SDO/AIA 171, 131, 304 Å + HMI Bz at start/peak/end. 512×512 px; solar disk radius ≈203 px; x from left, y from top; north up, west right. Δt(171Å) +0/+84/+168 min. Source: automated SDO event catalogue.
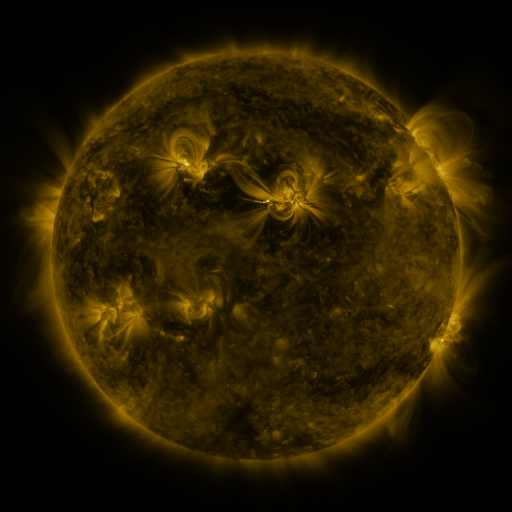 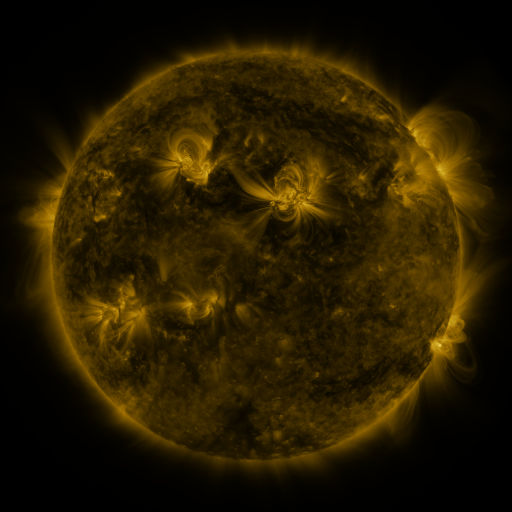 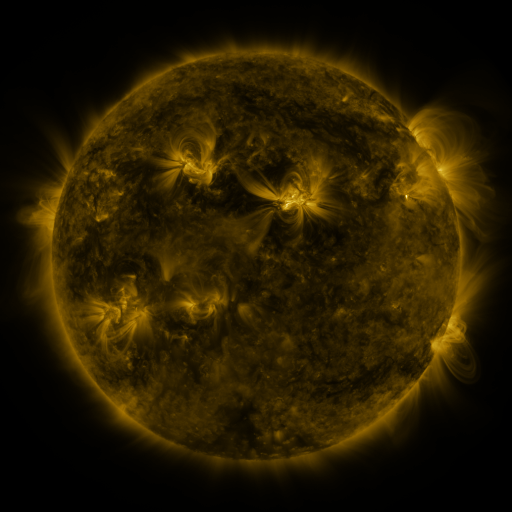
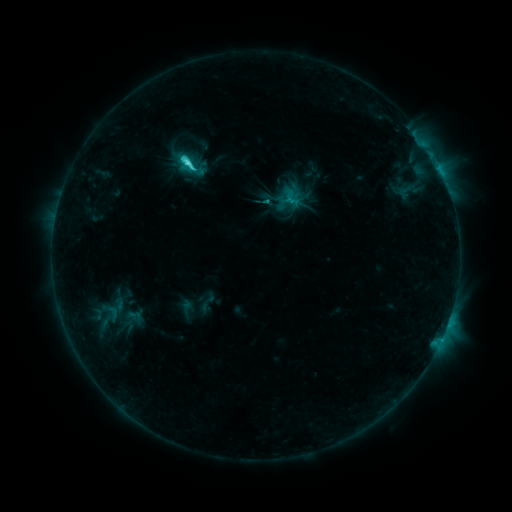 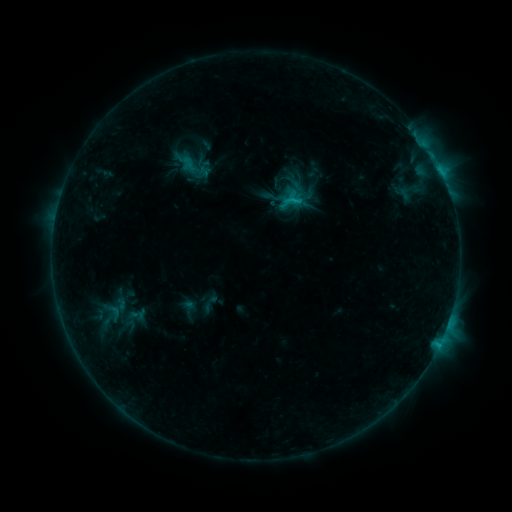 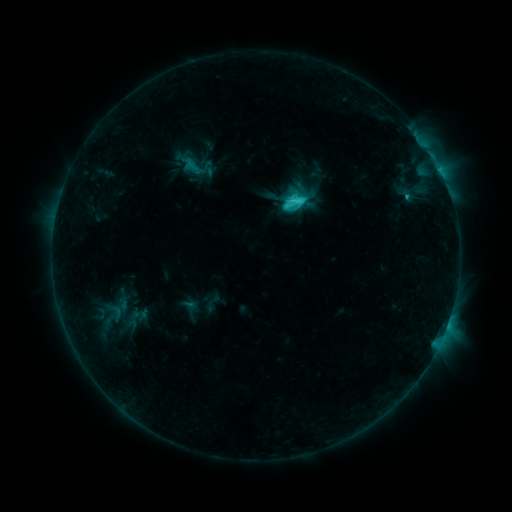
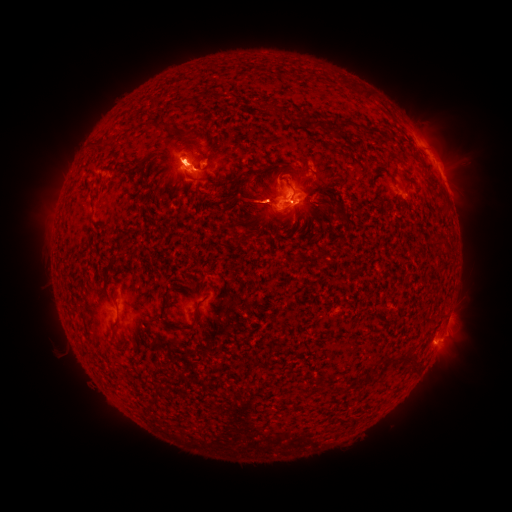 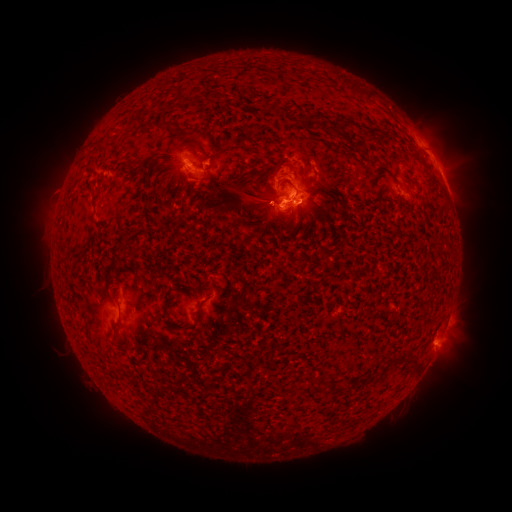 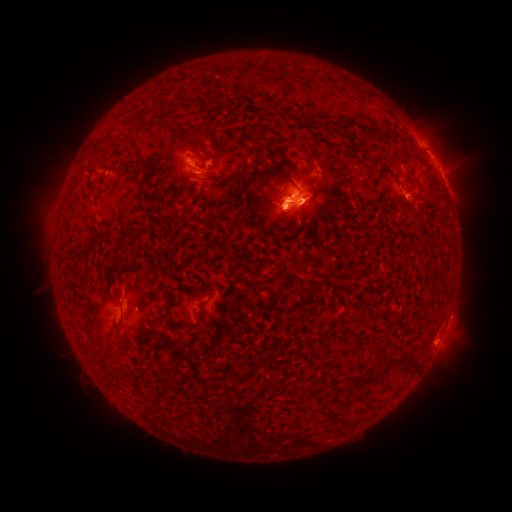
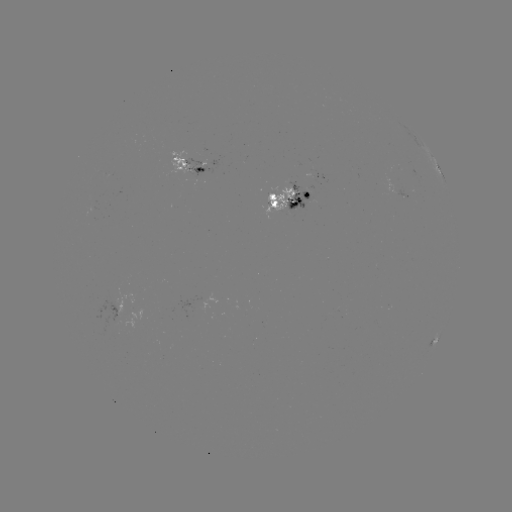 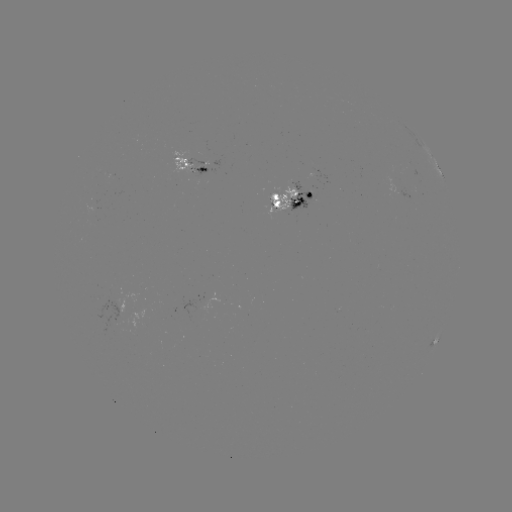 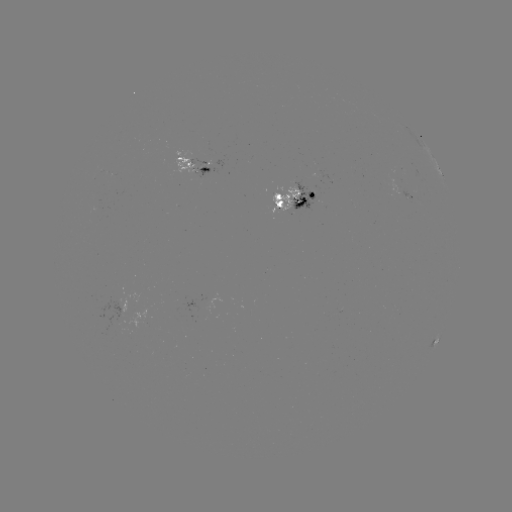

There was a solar filament eruption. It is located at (249, 187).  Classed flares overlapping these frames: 4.